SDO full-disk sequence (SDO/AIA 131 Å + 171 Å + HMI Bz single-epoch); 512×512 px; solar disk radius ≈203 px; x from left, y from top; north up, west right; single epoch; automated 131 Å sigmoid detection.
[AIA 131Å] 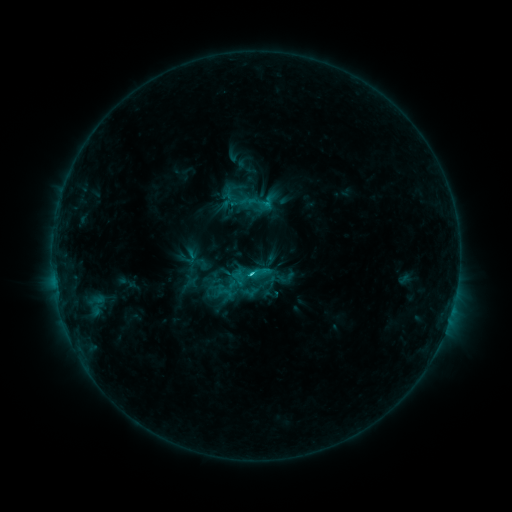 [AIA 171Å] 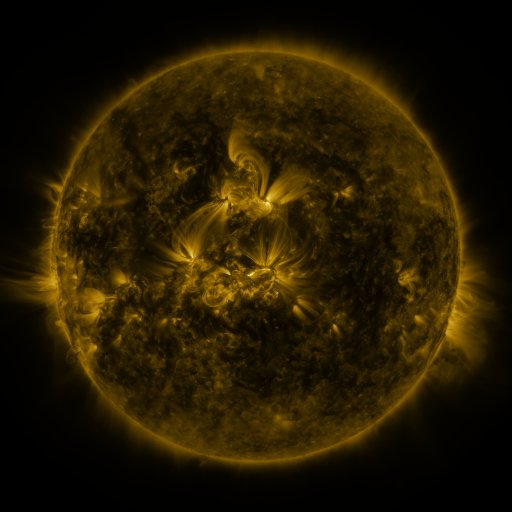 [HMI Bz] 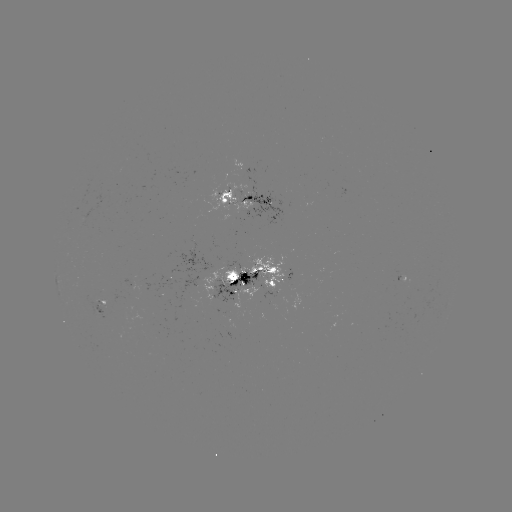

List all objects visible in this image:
sigmoid: (287, 278)
